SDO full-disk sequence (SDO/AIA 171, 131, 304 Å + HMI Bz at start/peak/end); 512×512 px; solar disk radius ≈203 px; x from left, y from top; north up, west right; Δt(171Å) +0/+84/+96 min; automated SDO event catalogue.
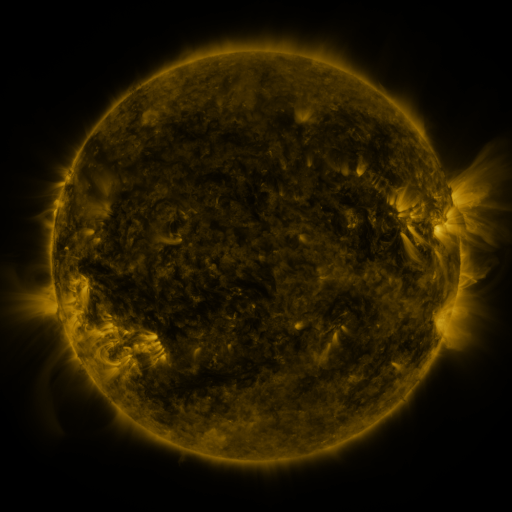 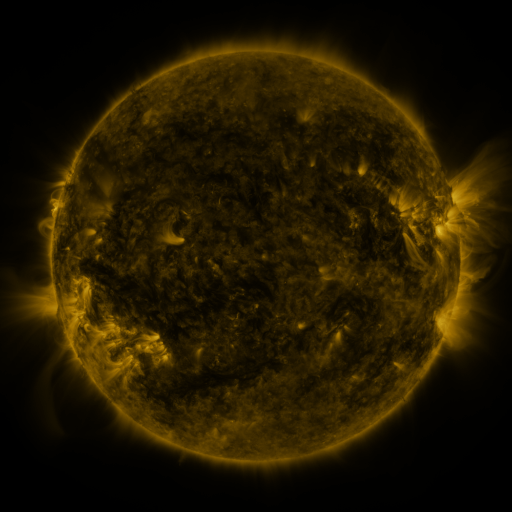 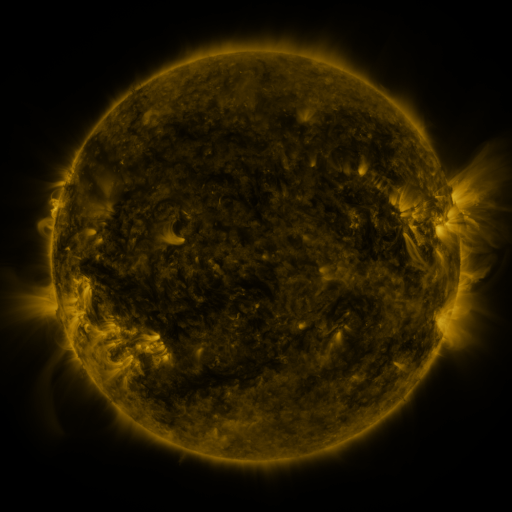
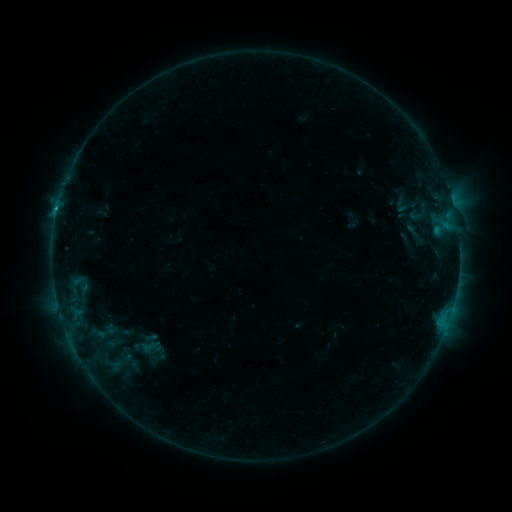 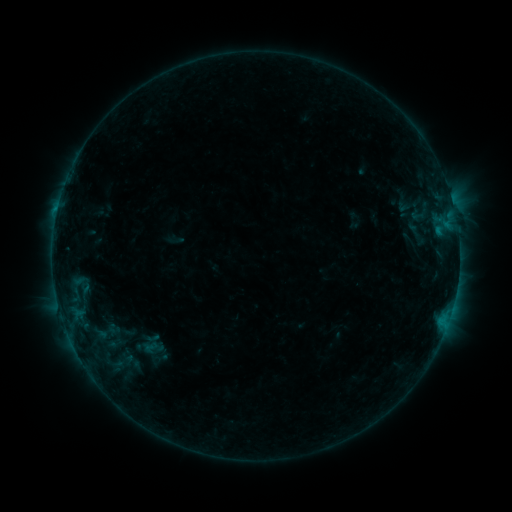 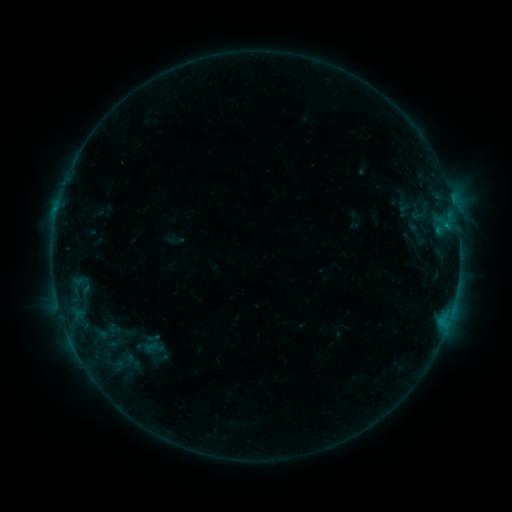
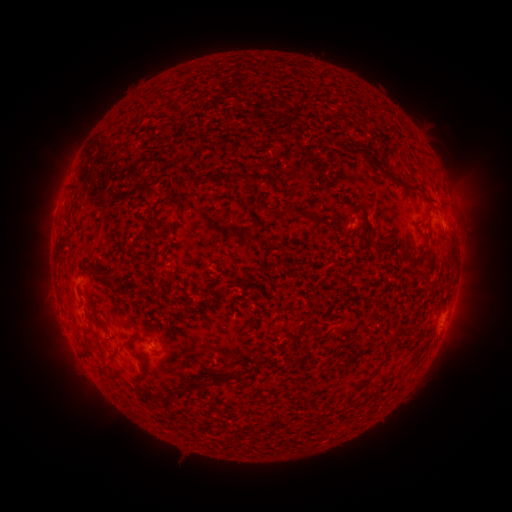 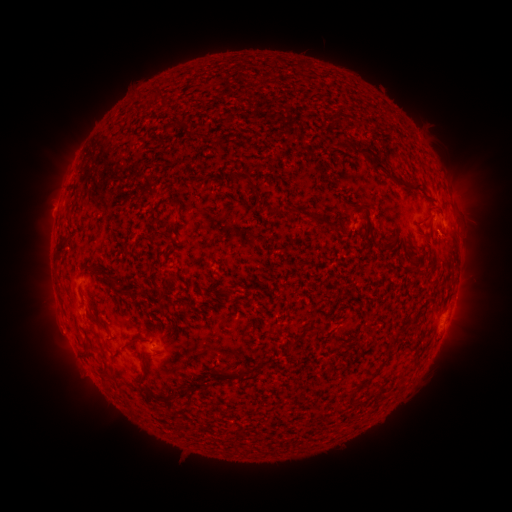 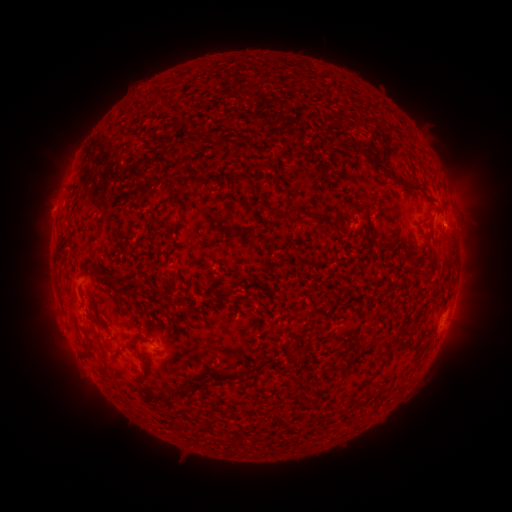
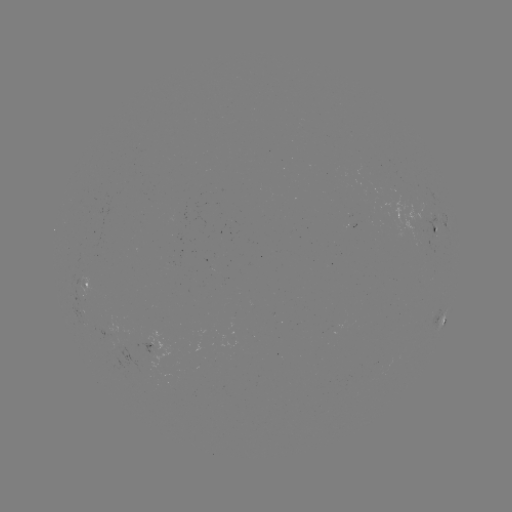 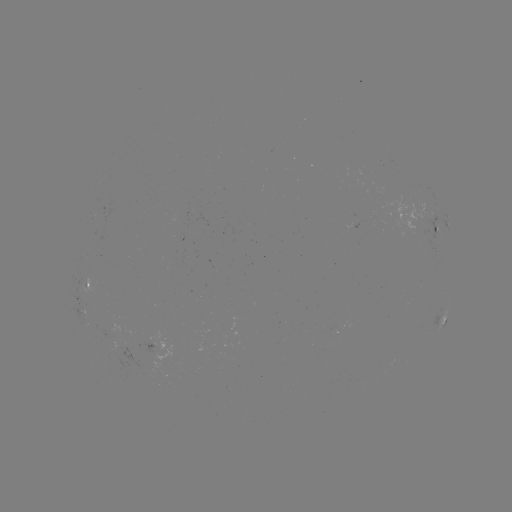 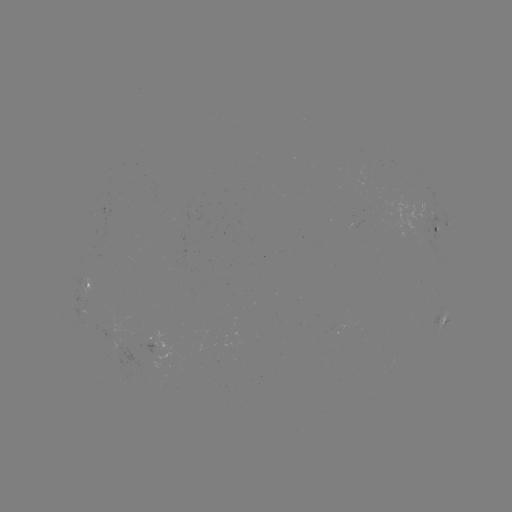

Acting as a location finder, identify emerging-flux region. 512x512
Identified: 111,352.